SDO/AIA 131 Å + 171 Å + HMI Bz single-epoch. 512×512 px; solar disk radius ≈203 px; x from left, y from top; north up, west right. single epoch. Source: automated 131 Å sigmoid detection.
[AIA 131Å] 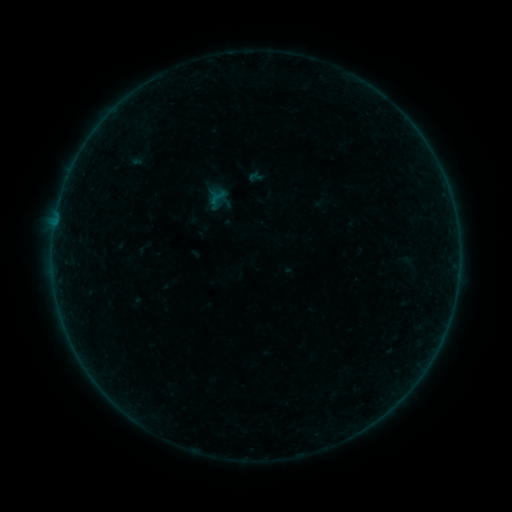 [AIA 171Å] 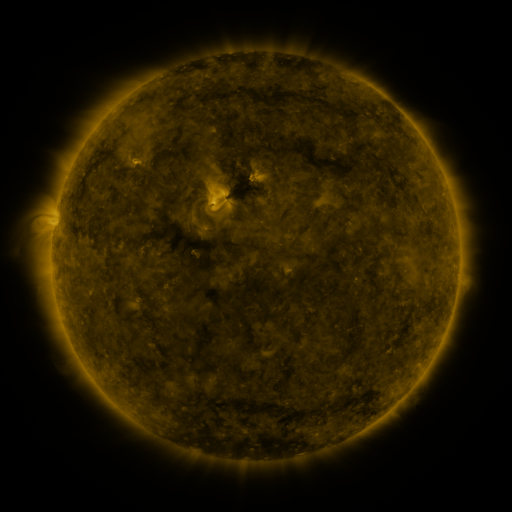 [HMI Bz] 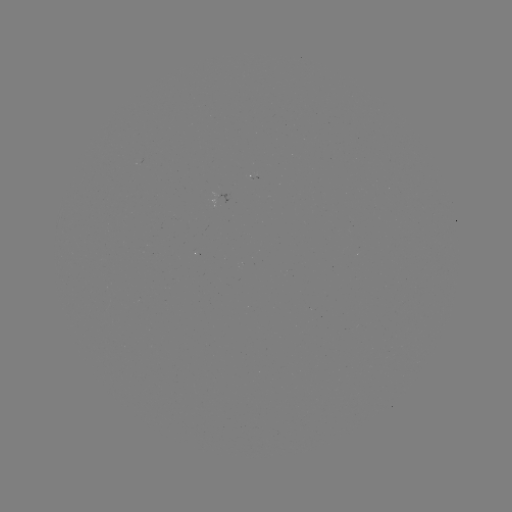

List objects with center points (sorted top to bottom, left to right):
sigmoid: (217, 198)
